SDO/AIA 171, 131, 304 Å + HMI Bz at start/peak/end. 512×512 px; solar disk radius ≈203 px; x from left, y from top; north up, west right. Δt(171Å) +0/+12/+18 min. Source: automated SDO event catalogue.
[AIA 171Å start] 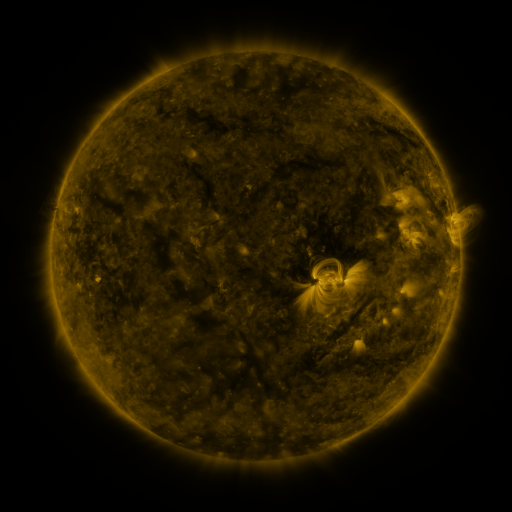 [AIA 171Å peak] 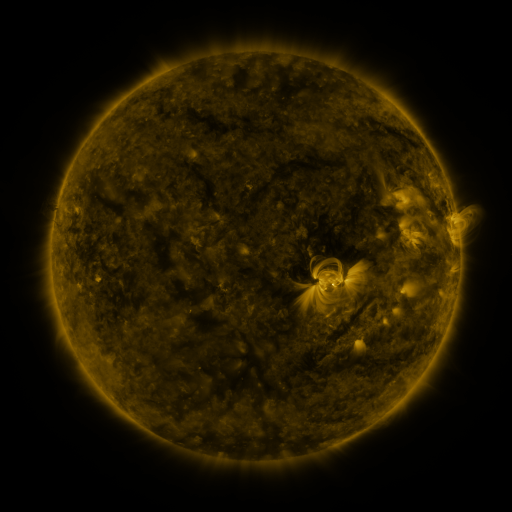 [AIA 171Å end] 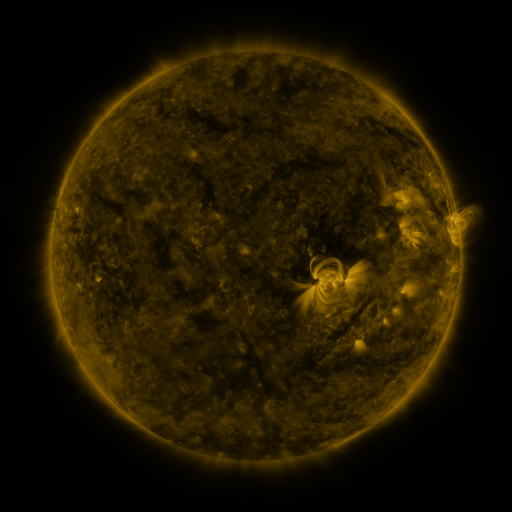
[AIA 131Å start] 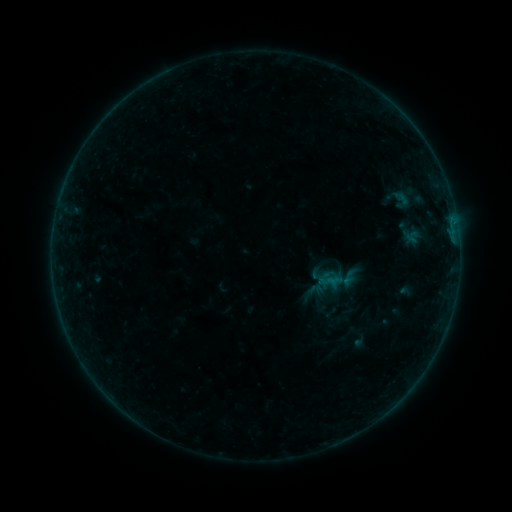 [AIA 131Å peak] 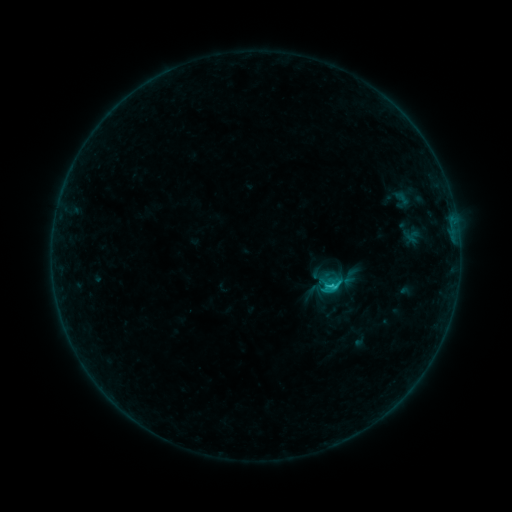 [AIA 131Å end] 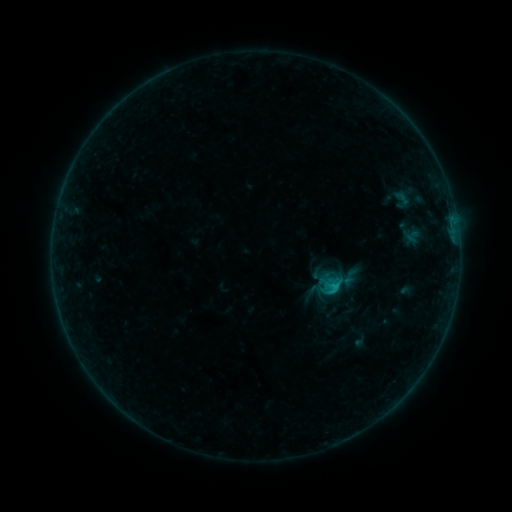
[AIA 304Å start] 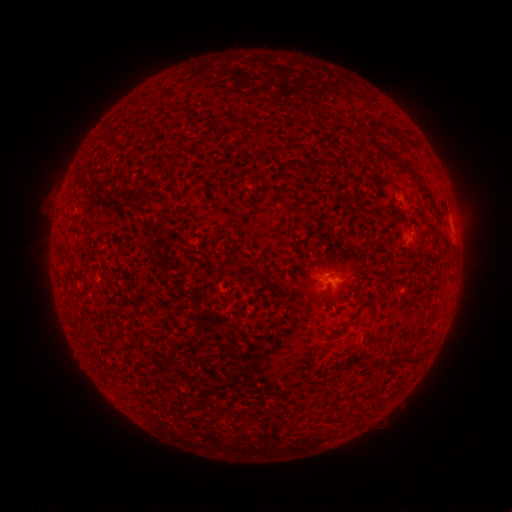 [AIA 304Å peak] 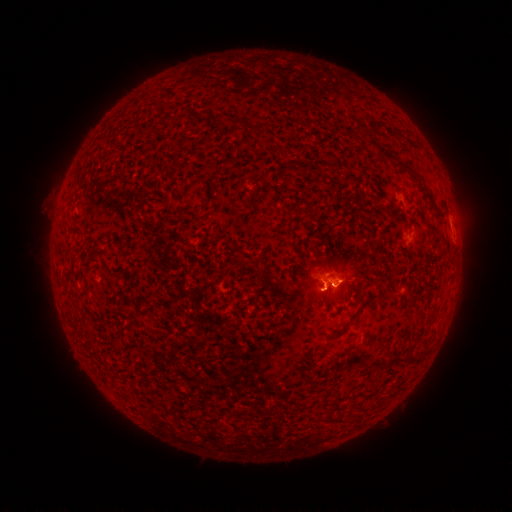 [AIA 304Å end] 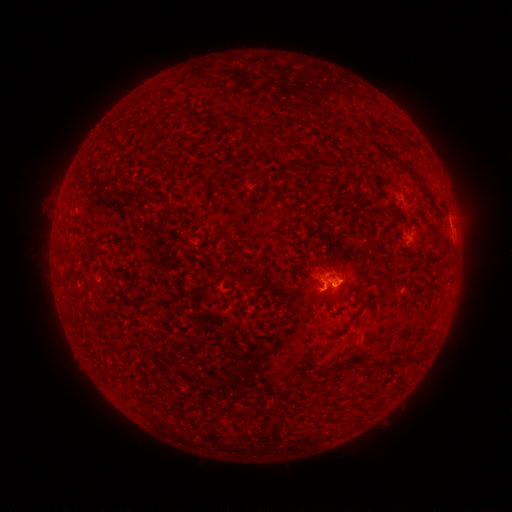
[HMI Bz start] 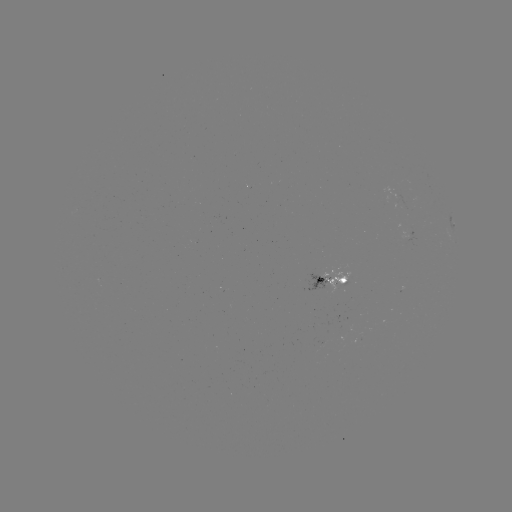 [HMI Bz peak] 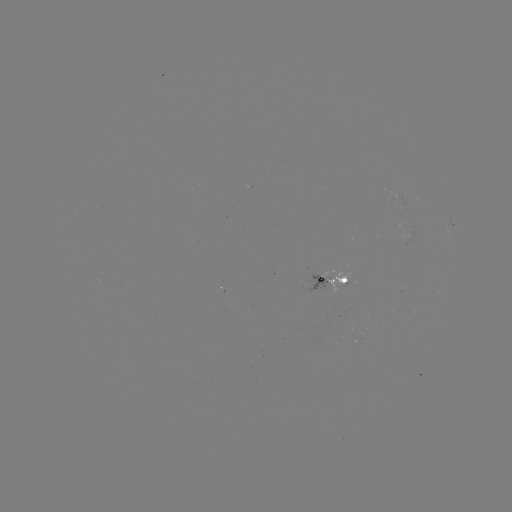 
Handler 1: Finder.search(C1.2 flare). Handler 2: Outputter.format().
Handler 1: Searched C1.2 flare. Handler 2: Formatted (328, 285).